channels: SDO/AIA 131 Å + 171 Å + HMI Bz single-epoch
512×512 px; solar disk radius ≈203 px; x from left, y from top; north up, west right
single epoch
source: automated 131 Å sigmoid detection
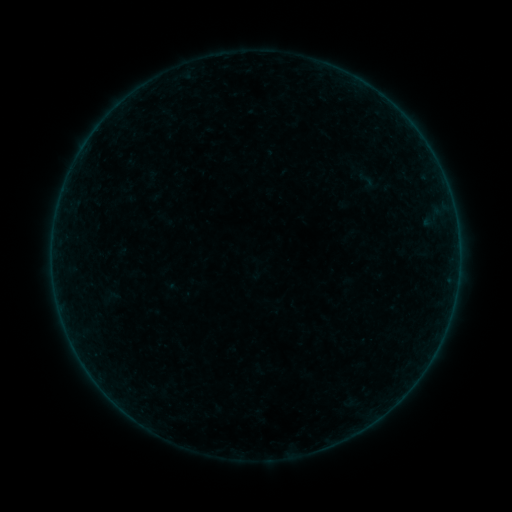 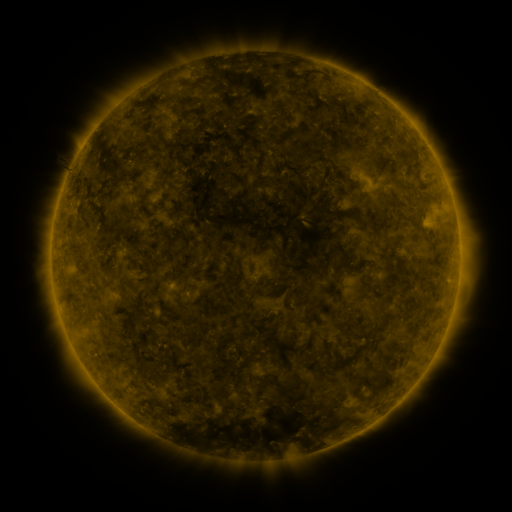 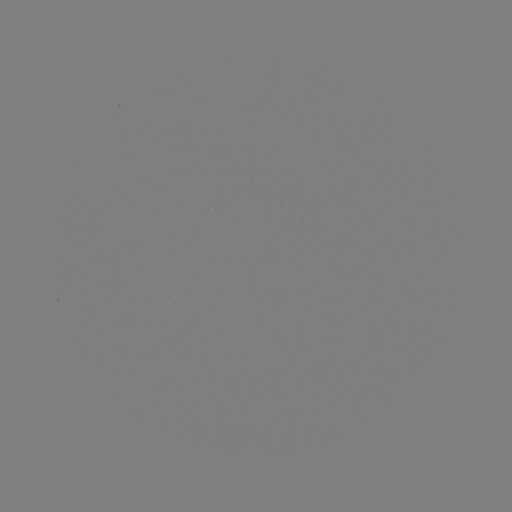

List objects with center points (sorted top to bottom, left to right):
sigmoid: [353, 169, 379, 191]
